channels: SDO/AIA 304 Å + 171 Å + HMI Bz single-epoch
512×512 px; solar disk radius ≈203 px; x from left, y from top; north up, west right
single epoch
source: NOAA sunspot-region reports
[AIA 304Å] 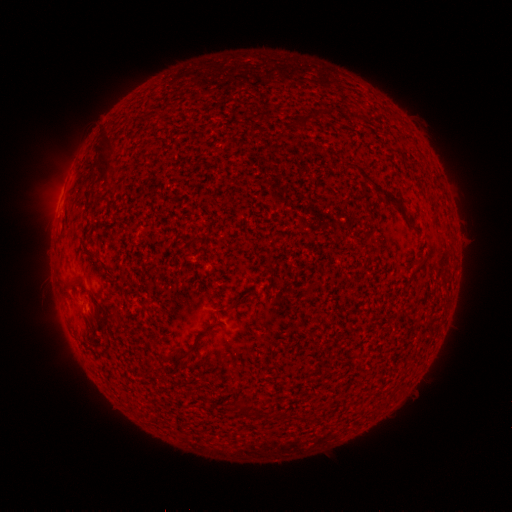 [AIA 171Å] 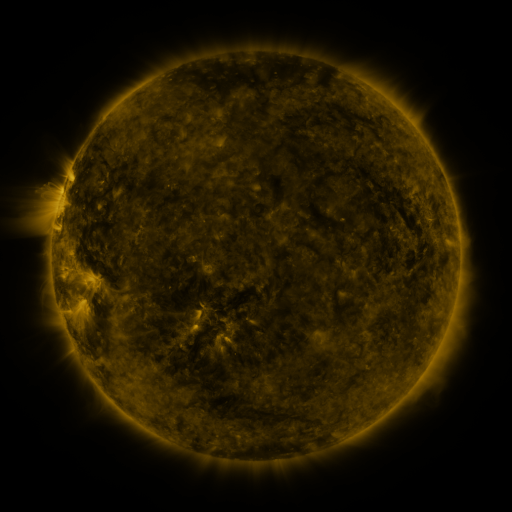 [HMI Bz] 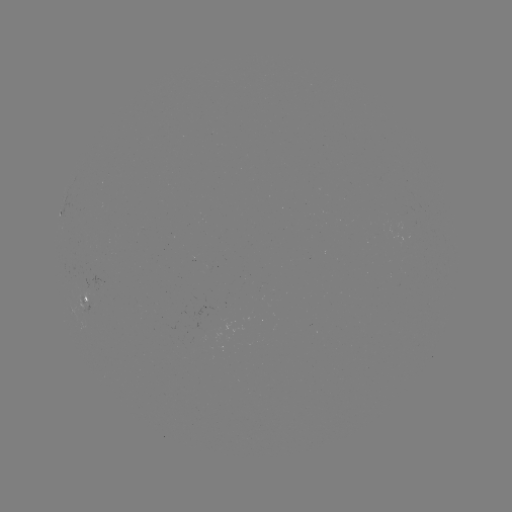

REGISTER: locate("spotted active region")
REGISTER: [85, 297]